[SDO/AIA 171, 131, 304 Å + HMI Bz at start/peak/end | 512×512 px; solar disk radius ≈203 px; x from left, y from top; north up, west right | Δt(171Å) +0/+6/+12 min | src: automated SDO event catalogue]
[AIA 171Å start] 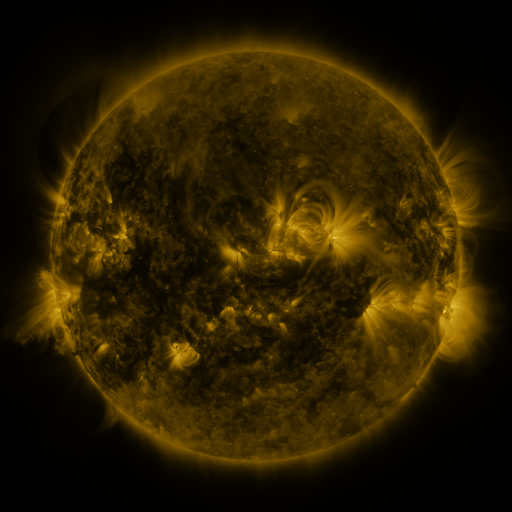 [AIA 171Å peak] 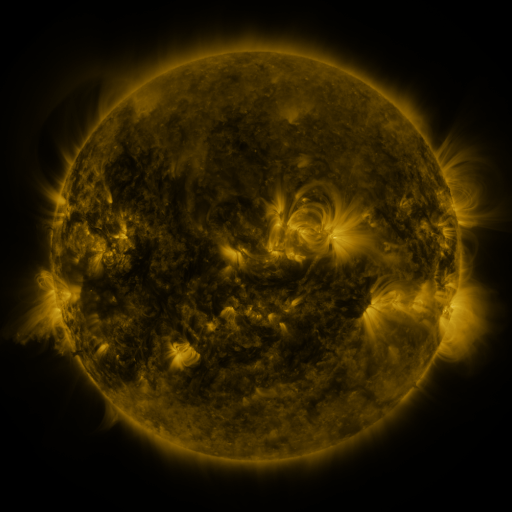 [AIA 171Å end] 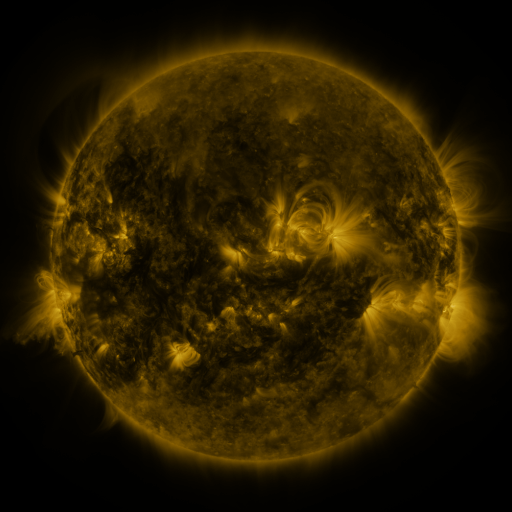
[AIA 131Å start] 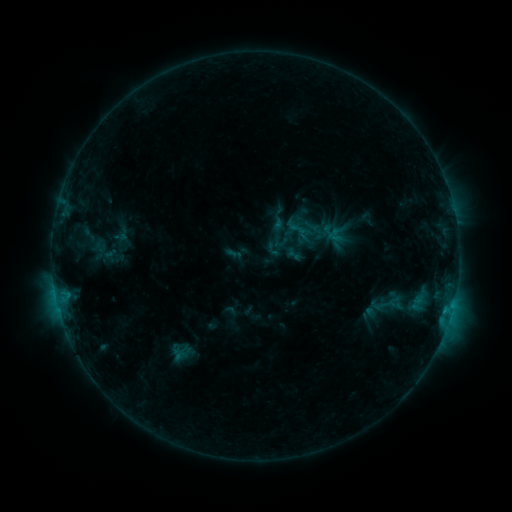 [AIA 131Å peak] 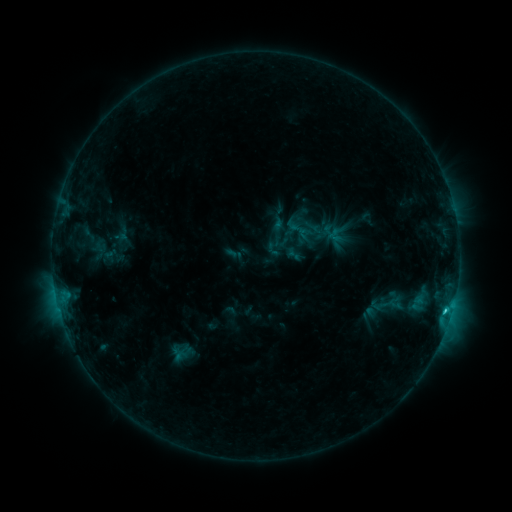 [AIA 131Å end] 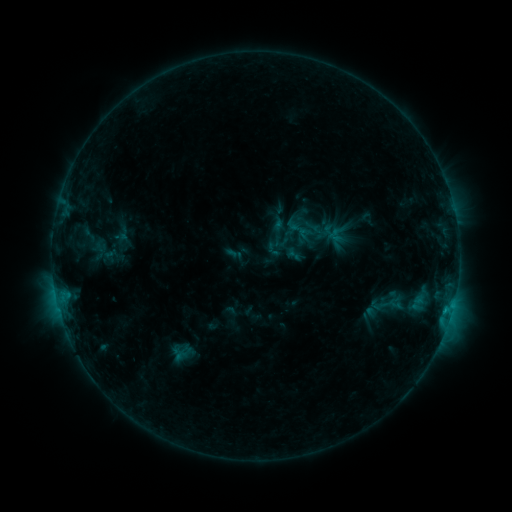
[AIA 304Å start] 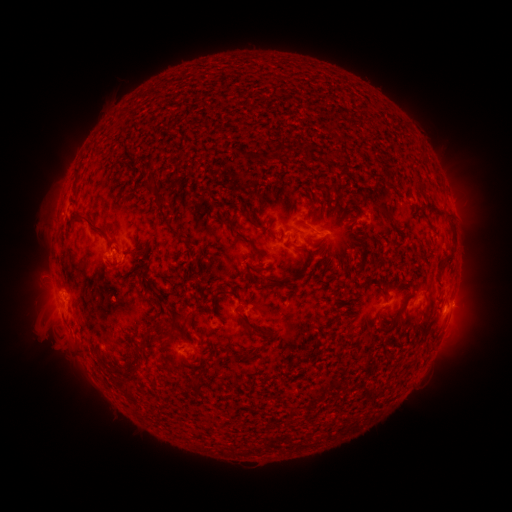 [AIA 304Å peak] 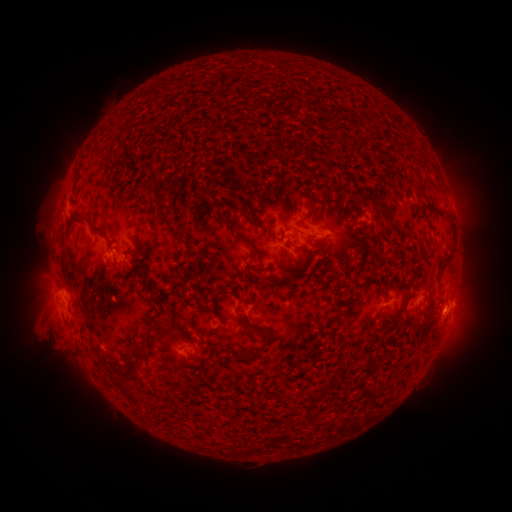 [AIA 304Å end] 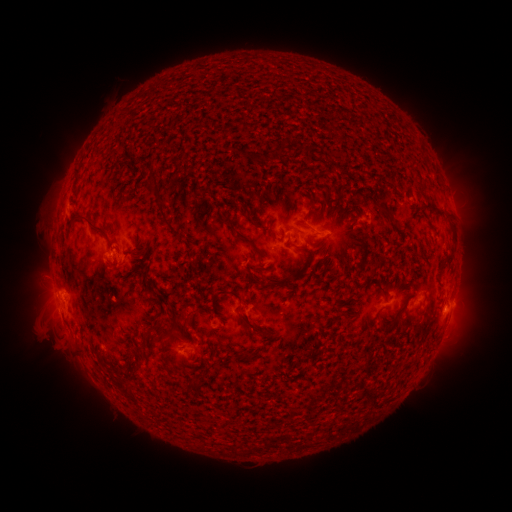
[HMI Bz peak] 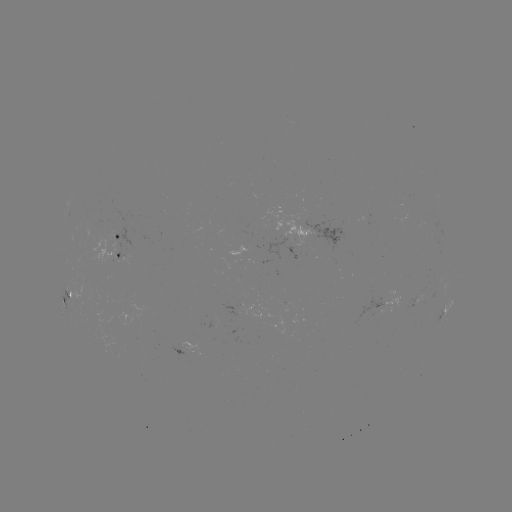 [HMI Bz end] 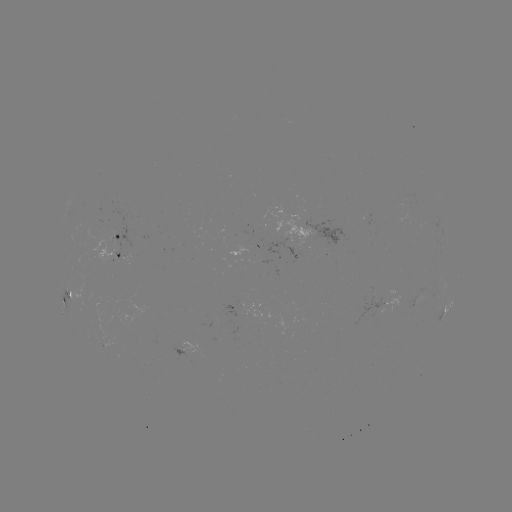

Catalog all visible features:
C1.0 flare: (445, 308)
